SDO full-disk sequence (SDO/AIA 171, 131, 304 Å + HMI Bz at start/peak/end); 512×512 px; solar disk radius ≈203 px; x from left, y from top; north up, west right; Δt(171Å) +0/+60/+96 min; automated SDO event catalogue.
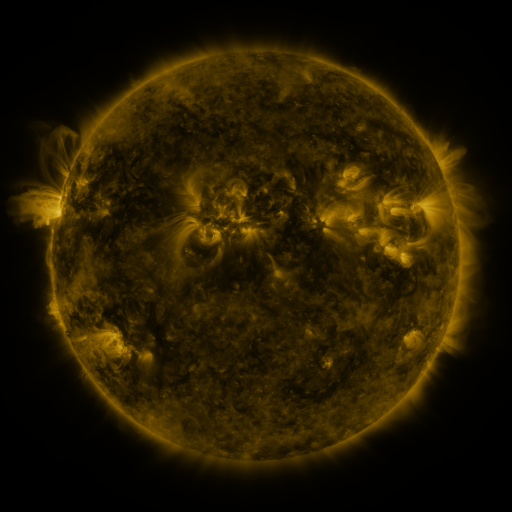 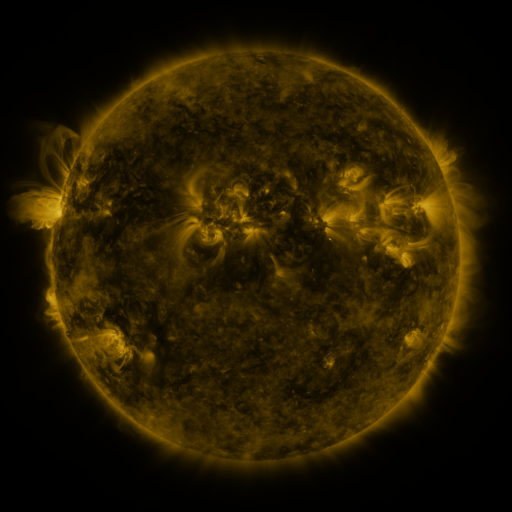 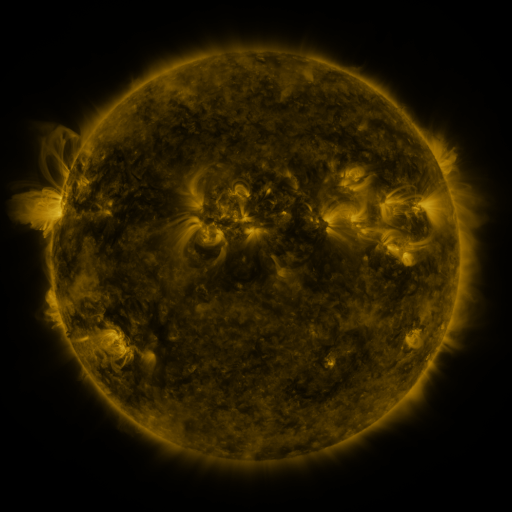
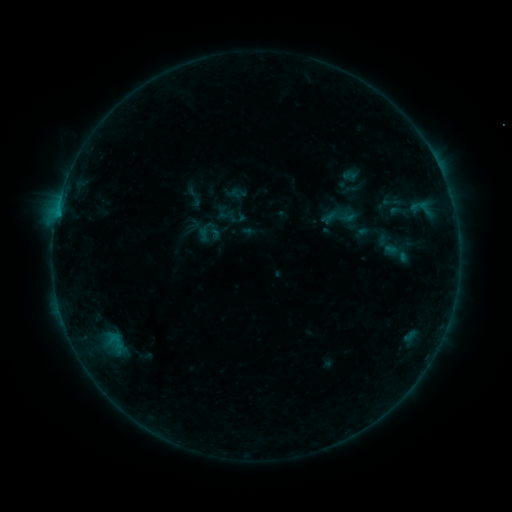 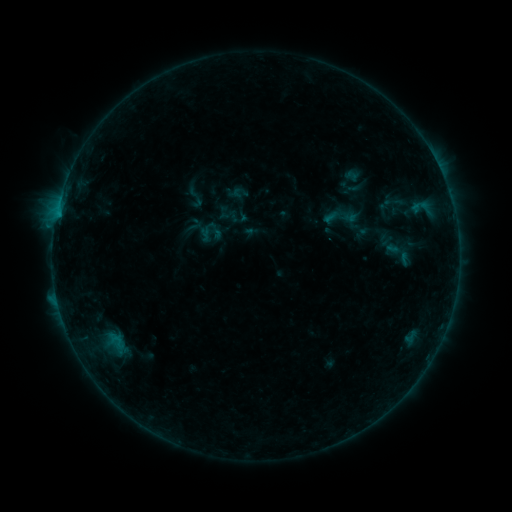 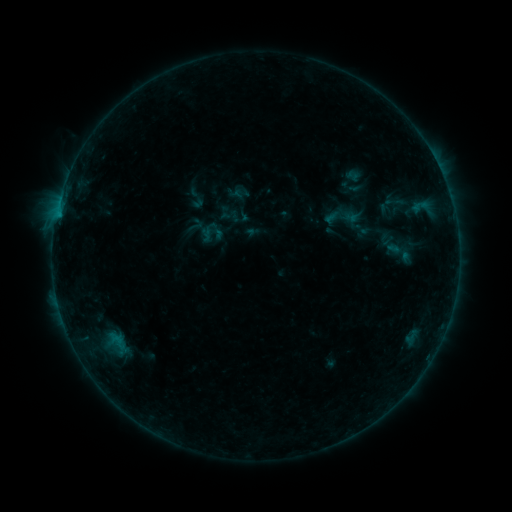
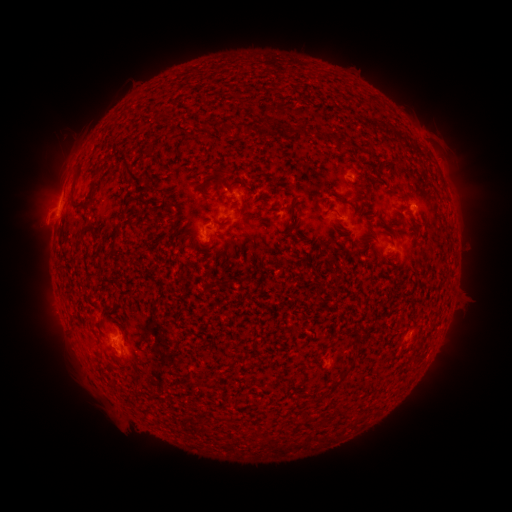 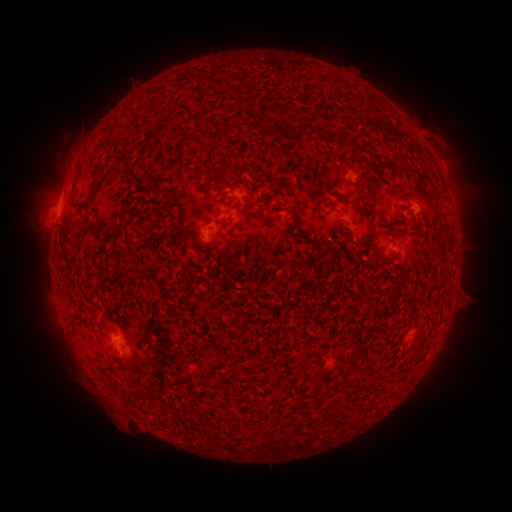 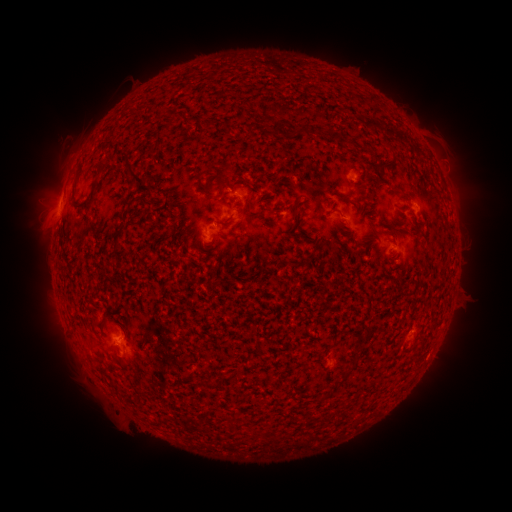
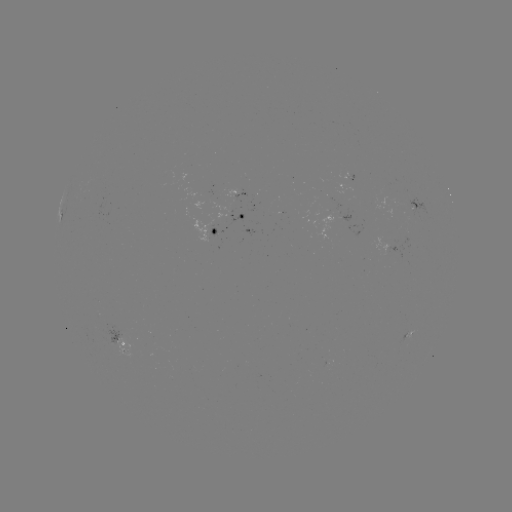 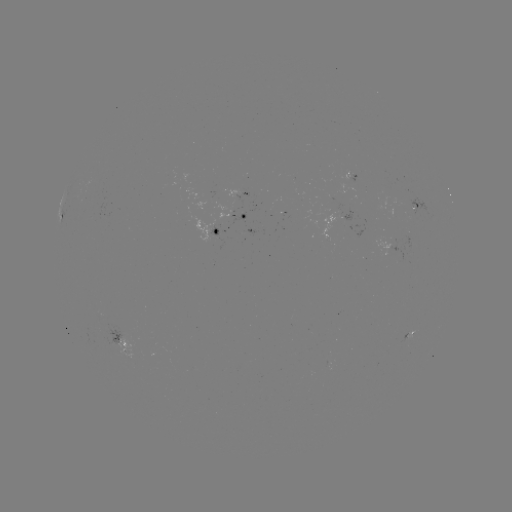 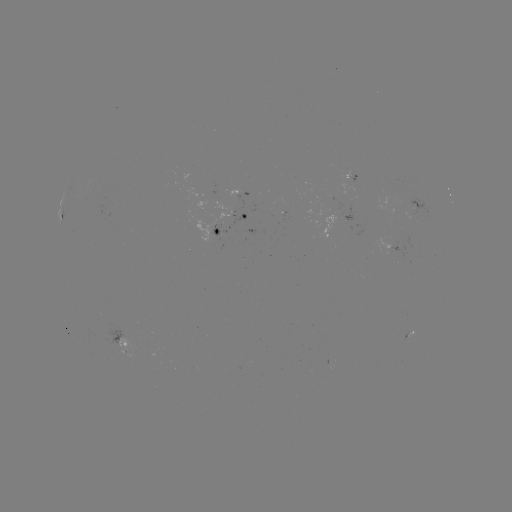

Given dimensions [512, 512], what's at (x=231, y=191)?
emerging-flux region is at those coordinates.